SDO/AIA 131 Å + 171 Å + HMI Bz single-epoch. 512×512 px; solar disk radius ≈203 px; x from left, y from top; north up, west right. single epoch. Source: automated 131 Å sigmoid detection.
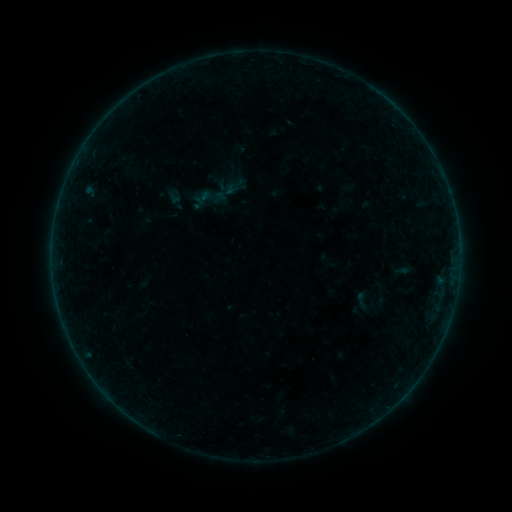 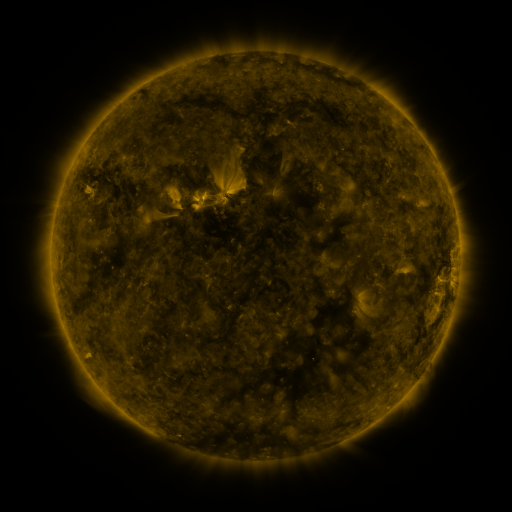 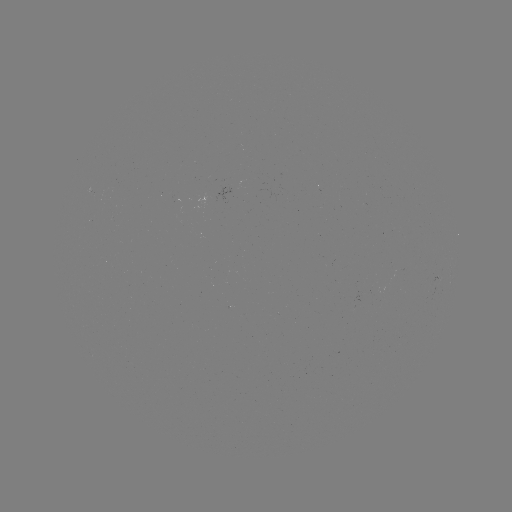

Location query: sigmoid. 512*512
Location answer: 362,301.